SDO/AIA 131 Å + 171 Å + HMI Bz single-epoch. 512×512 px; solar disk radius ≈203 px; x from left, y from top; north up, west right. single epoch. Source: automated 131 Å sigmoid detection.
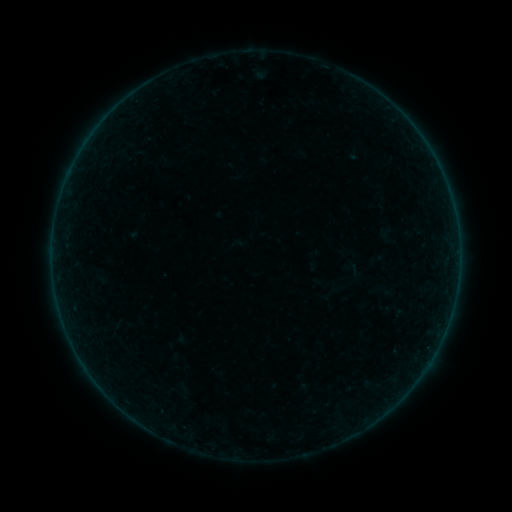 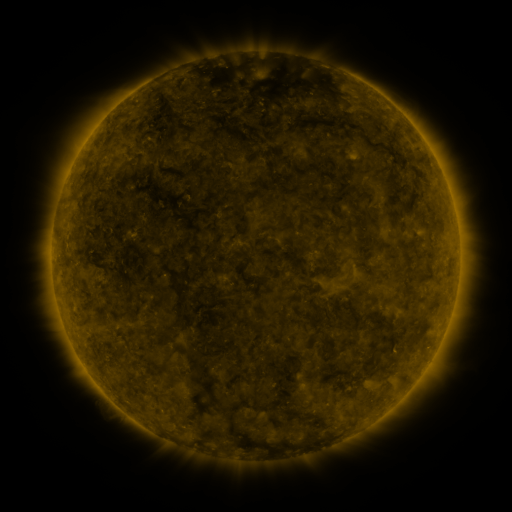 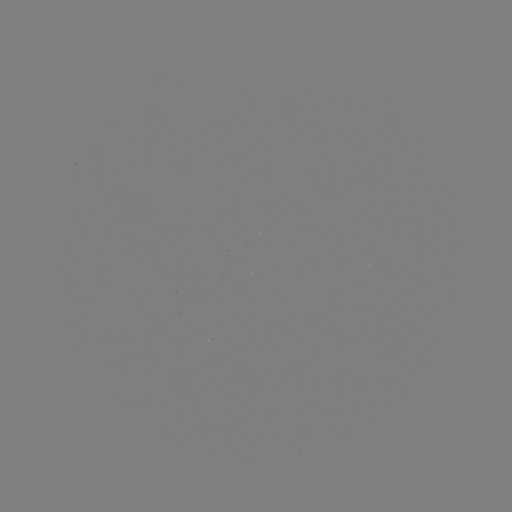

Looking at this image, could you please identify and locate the sigmoid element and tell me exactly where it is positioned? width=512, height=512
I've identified sigmoid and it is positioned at (99, 277).